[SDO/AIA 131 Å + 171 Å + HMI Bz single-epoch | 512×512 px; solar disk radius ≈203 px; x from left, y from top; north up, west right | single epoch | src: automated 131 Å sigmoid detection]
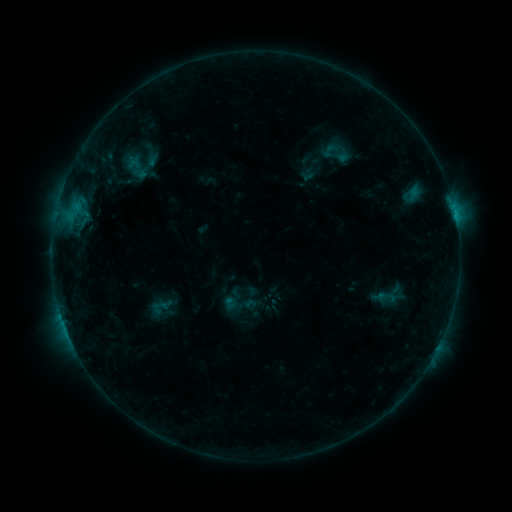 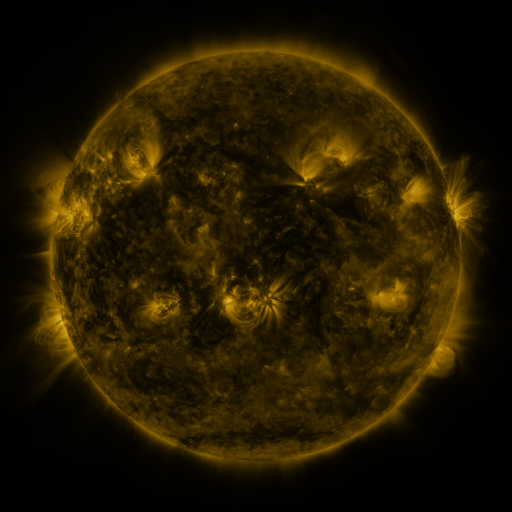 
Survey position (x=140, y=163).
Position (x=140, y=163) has sigmoid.